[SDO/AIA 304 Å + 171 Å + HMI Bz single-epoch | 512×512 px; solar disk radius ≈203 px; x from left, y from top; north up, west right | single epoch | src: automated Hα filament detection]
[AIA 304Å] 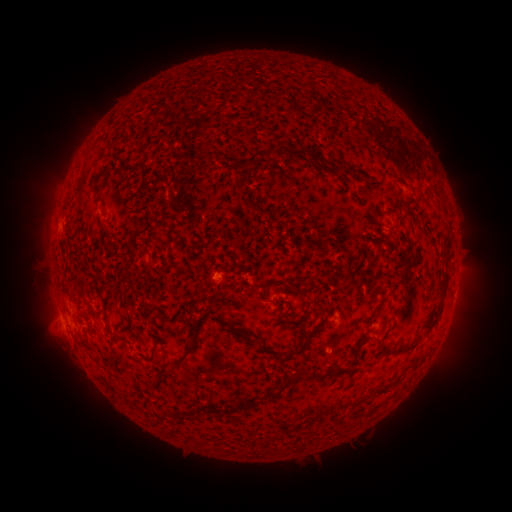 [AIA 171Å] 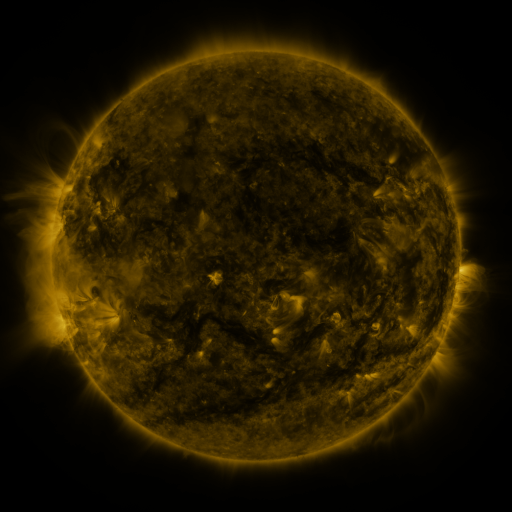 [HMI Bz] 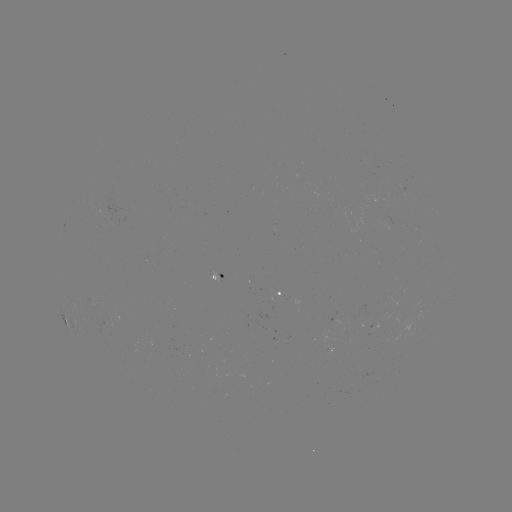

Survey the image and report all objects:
filament: (276, 93)
filament: (257, 154)
filament: (311, 155)
filament: (350, 168)
filament: (104, 174)
filament: (372, 182)
filament: (240, 183)
filament: (96, 191)
filament: (447, 240)
filament: (445, 281)
filament: (380, 307)
filament: (221, 317)
filament: (250, 336)
filament: (412, 344)
filament: (196, 345)
filament: (302, 348)
filament: (275, 354)
filament: (342, 368)
filament: (317, 374)
filament: (160, 375)
filament: (376, 391)
filament: (278, 393)
filament: (216, 411)
filament: (192, 413)
